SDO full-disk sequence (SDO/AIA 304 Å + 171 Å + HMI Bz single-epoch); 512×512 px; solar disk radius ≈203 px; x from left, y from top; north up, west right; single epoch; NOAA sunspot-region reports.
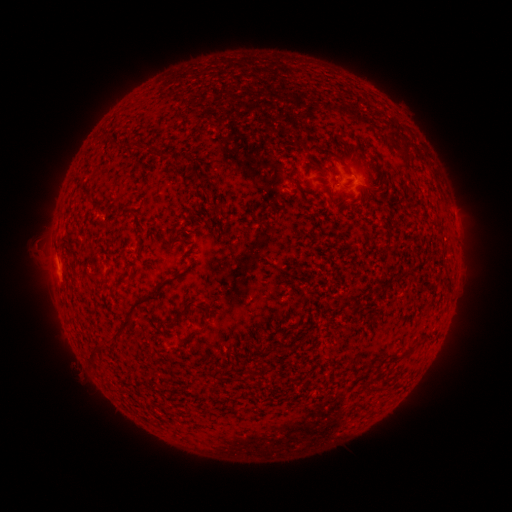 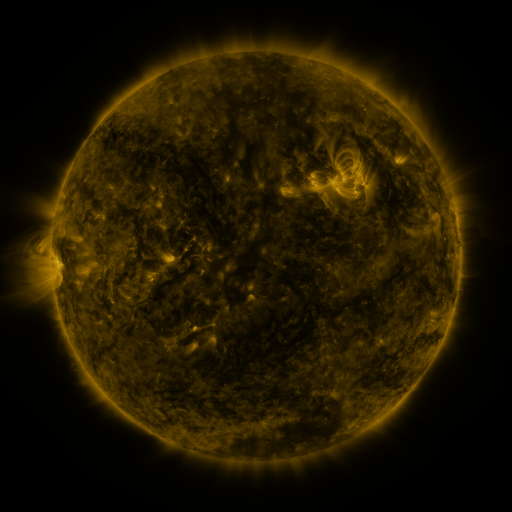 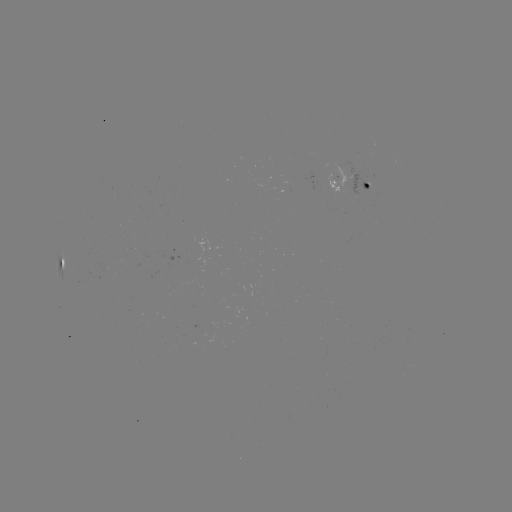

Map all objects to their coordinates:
spotted active region: (351, 186)
spotted active region: (63, 266)
